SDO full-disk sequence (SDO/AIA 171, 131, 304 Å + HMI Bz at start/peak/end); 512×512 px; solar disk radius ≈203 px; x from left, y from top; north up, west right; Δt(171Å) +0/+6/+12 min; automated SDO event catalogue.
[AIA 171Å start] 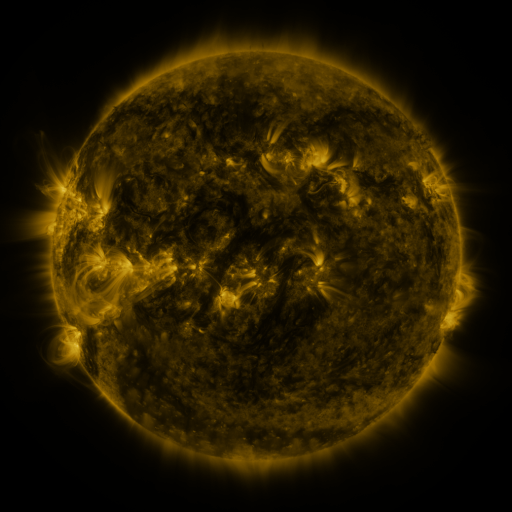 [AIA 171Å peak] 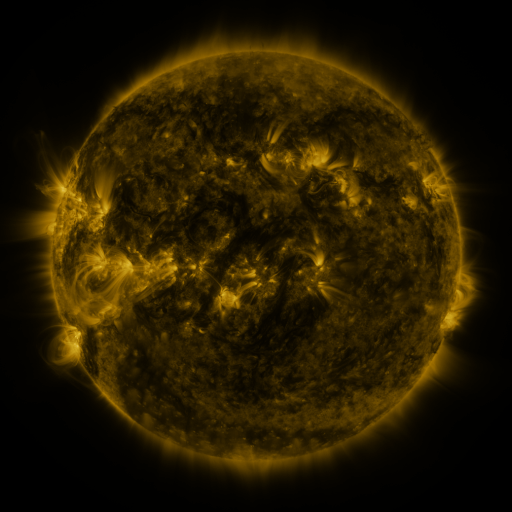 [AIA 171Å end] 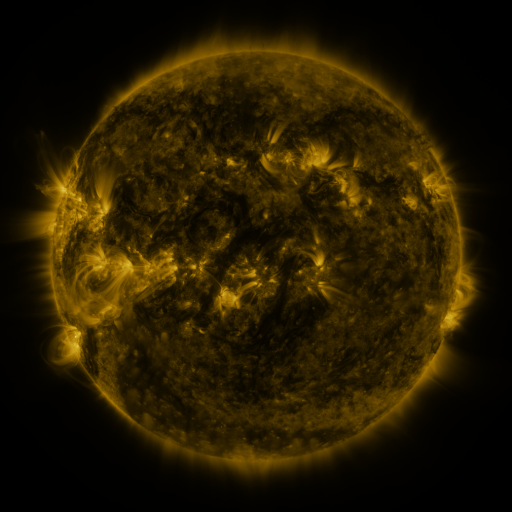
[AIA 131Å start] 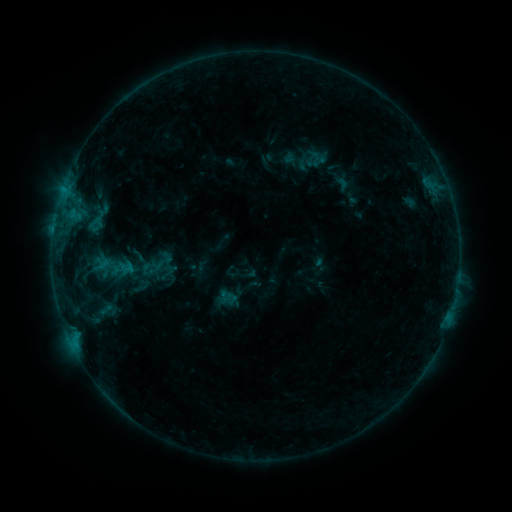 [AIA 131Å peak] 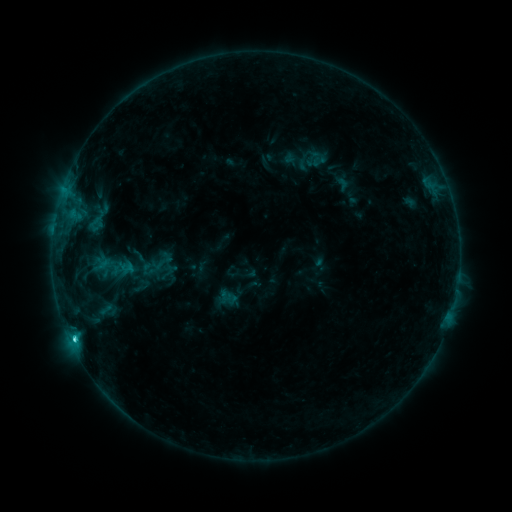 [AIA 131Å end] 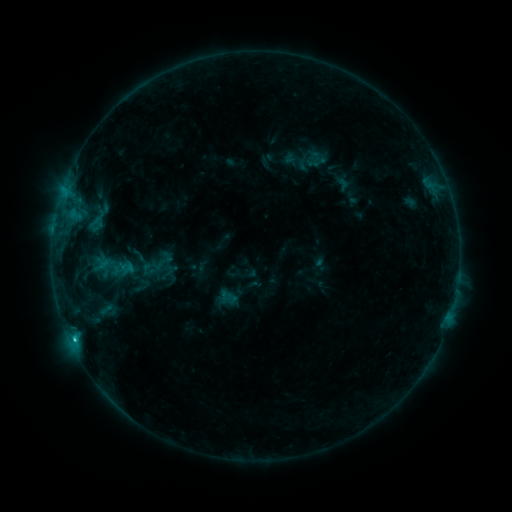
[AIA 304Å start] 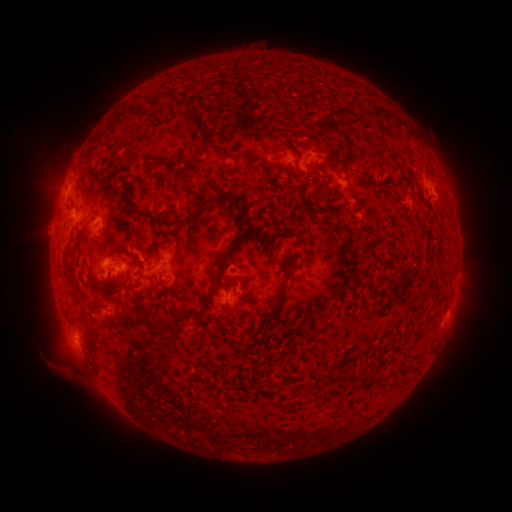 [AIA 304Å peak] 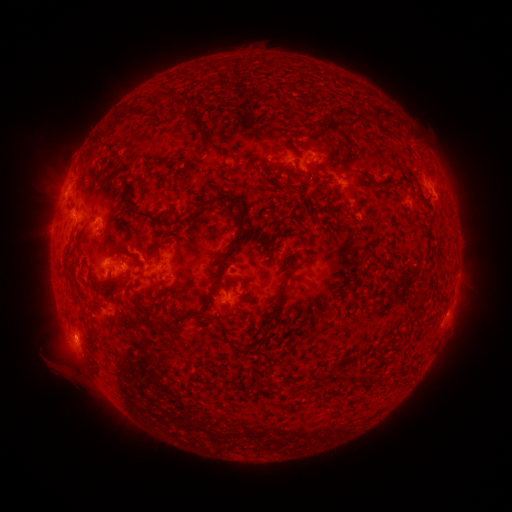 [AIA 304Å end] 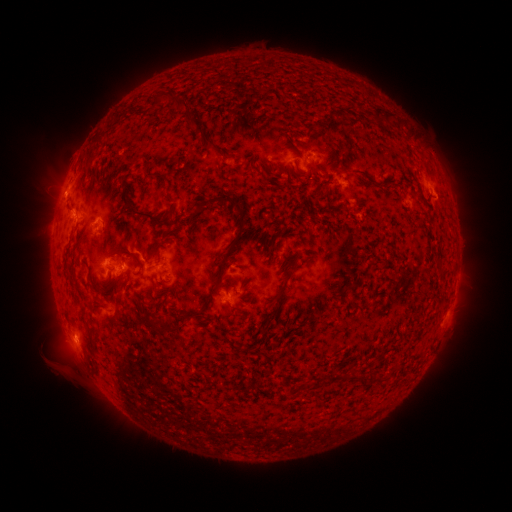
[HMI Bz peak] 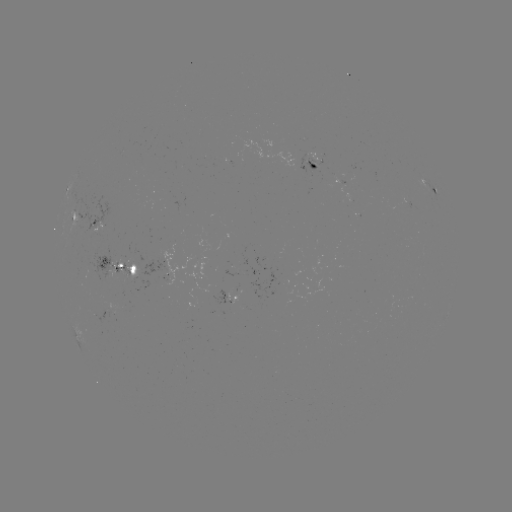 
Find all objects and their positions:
C1.5 flare: (75, 337)
